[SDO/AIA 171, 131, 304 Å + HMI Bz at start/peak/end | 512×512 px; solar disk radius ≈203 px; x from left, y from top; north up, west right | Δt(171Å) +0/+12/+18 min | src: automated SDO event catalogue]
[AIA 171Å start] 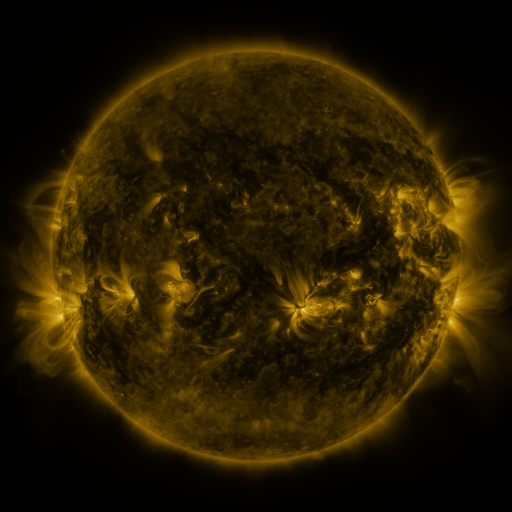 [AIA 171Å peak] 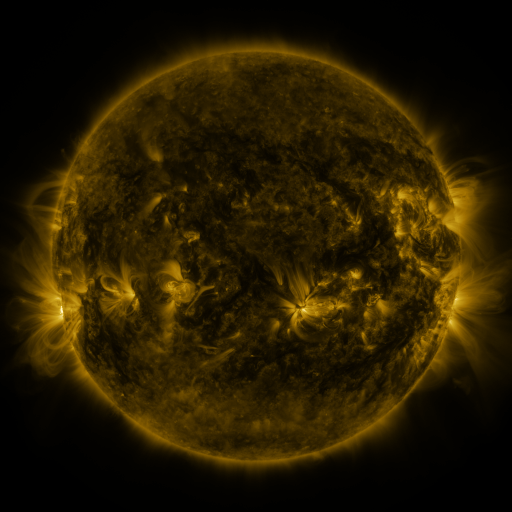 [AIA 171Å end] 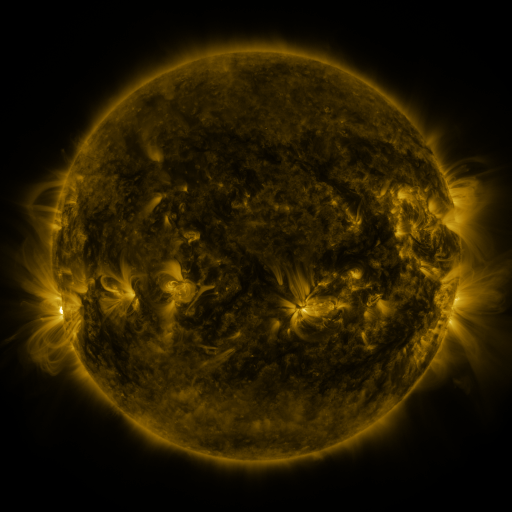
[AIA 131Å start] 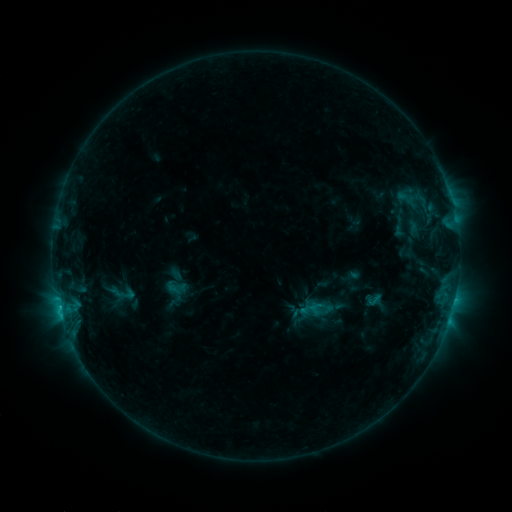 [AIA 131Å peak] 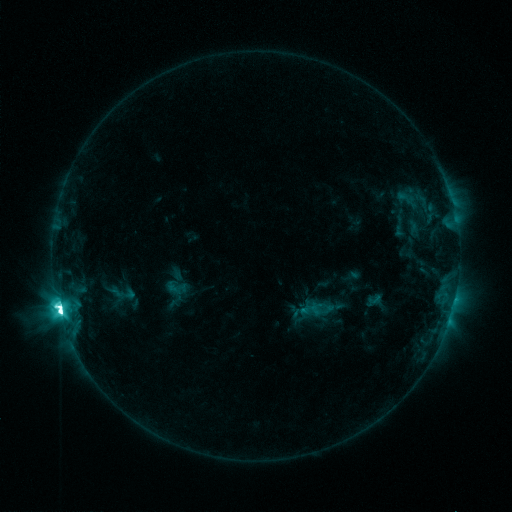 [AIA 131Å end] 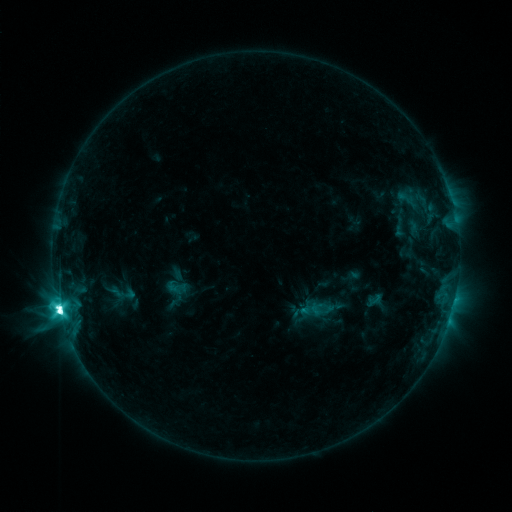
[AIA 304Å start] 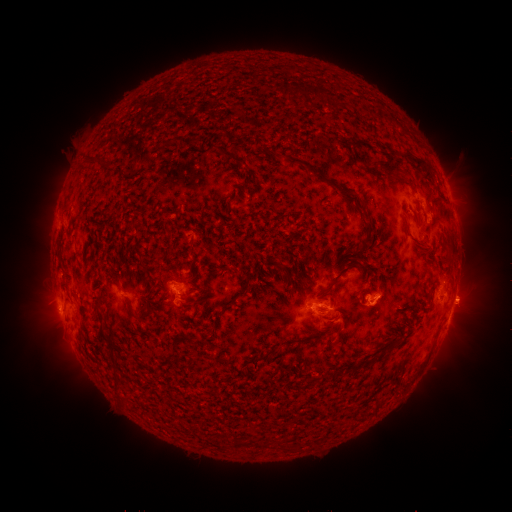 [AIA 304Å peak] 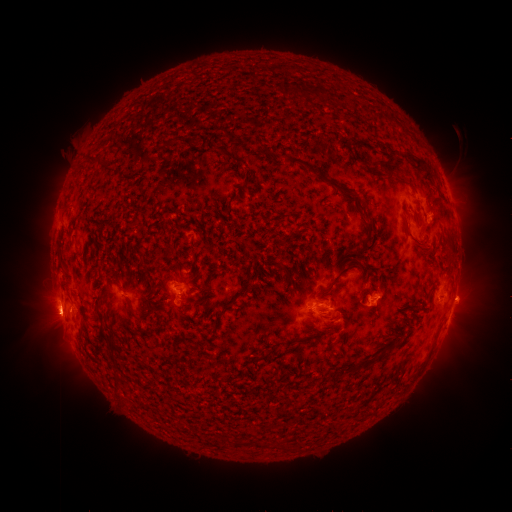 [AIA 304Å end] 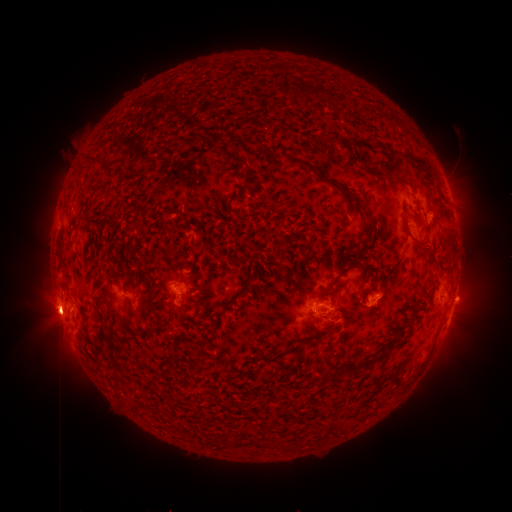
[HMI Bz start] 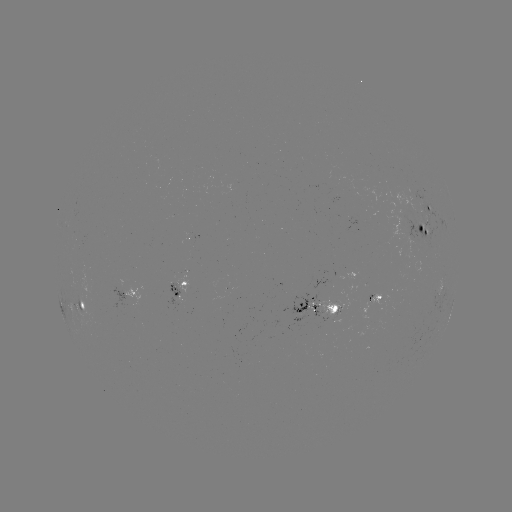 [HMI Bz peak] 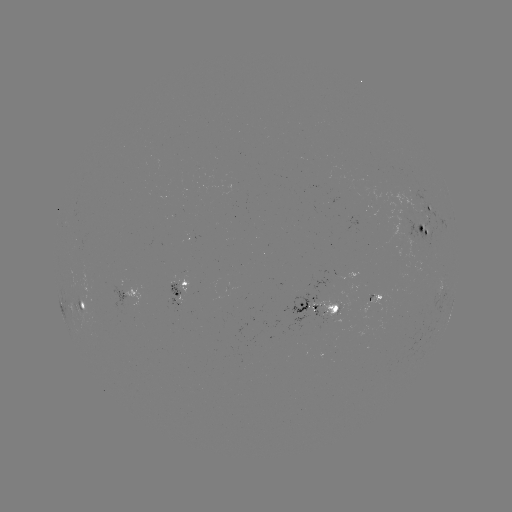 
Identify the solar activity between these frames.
M3.5 flare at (60, 311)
